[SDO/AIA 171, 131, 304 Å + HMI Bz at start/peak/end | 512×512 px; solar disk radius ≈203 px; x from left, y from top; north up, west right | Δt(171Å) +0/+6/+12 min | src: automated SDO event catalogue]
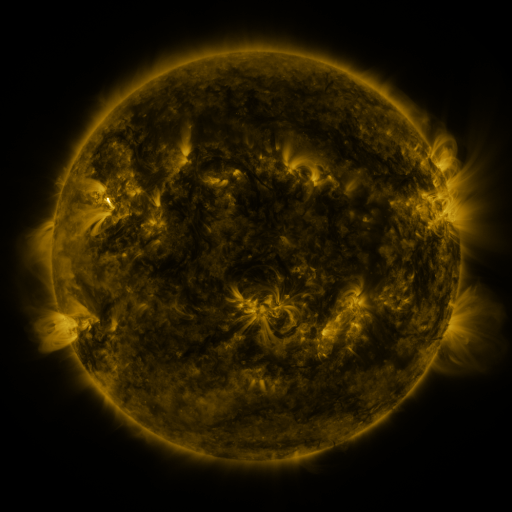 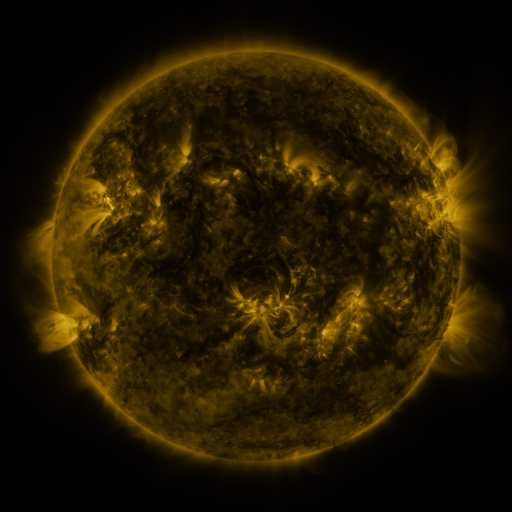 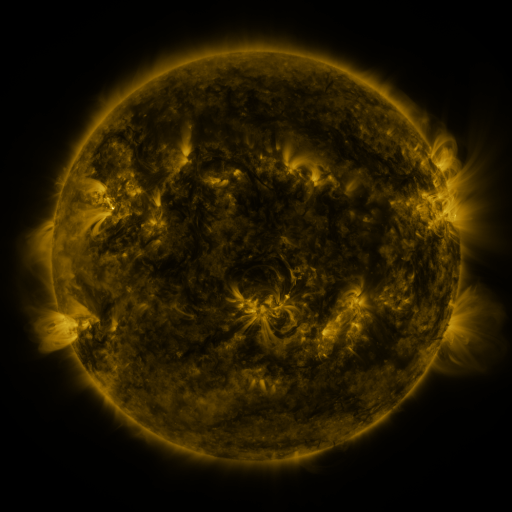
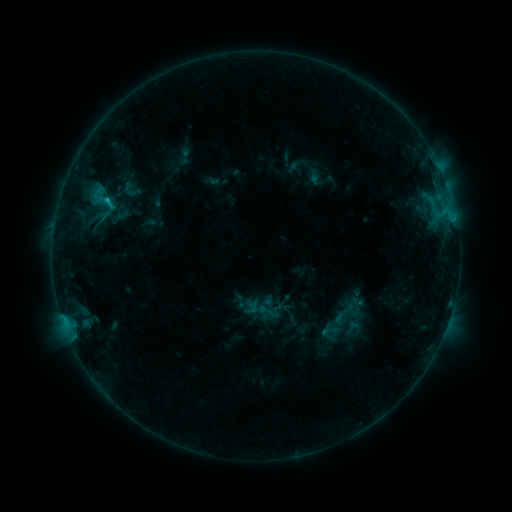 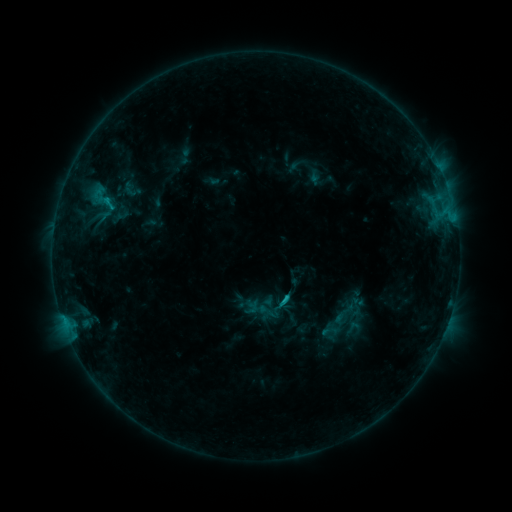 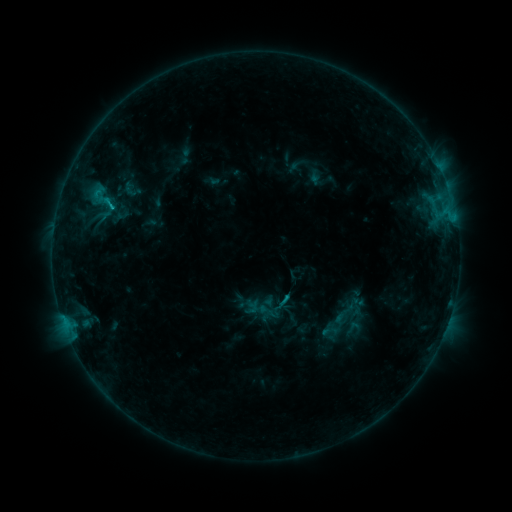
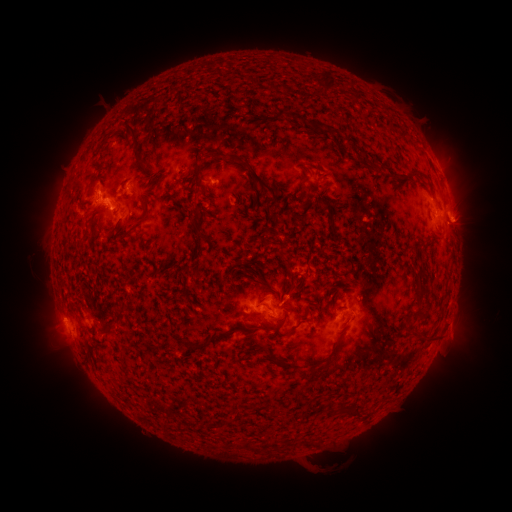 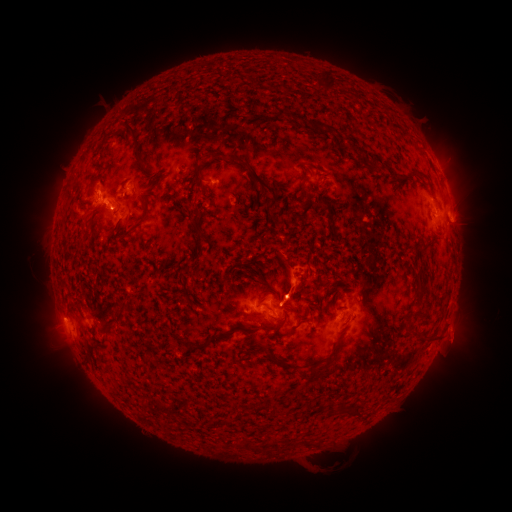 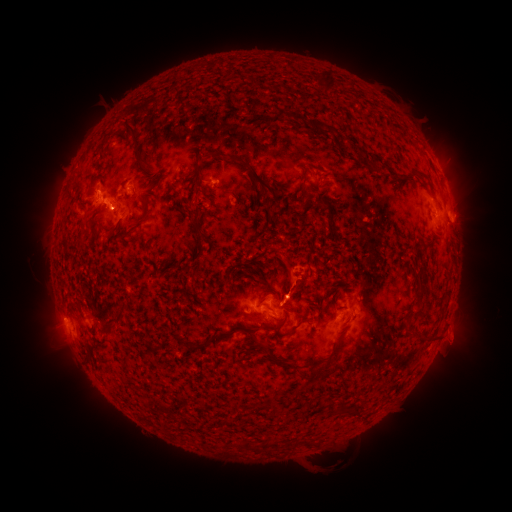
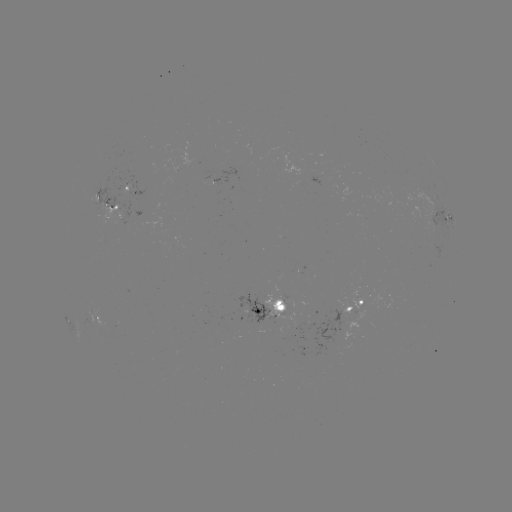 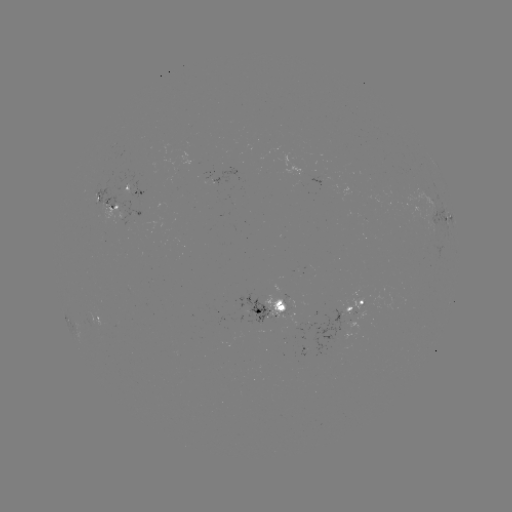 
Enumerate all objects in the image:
C1.2 flare: (283, 299)
